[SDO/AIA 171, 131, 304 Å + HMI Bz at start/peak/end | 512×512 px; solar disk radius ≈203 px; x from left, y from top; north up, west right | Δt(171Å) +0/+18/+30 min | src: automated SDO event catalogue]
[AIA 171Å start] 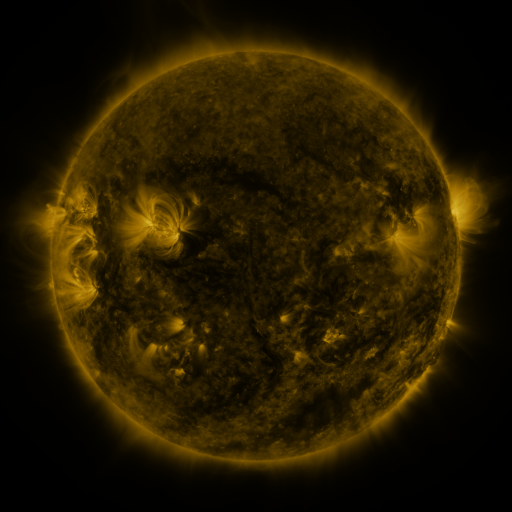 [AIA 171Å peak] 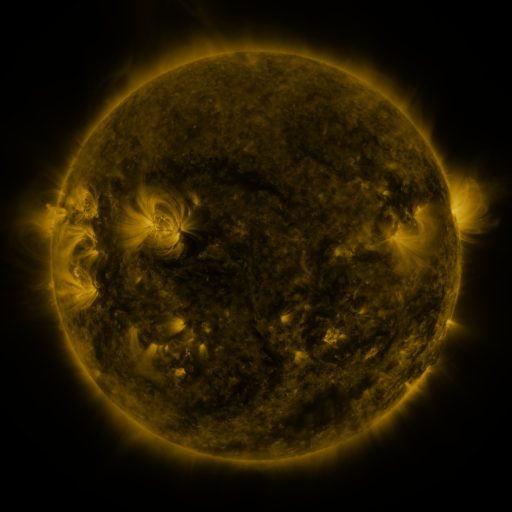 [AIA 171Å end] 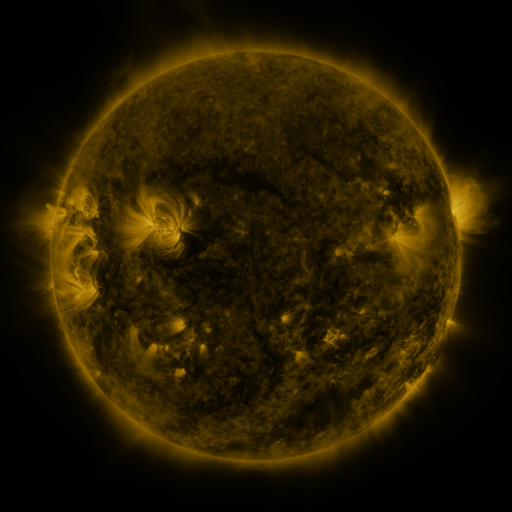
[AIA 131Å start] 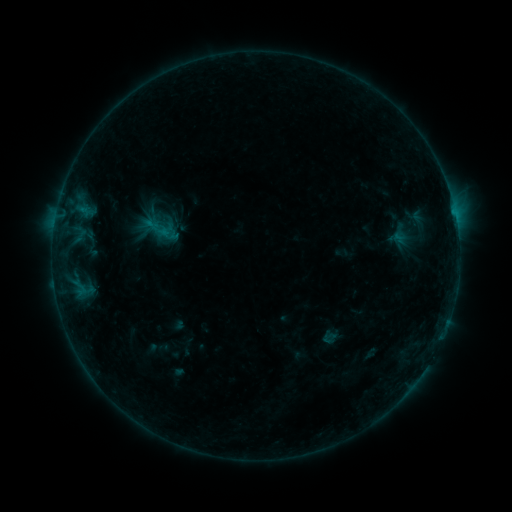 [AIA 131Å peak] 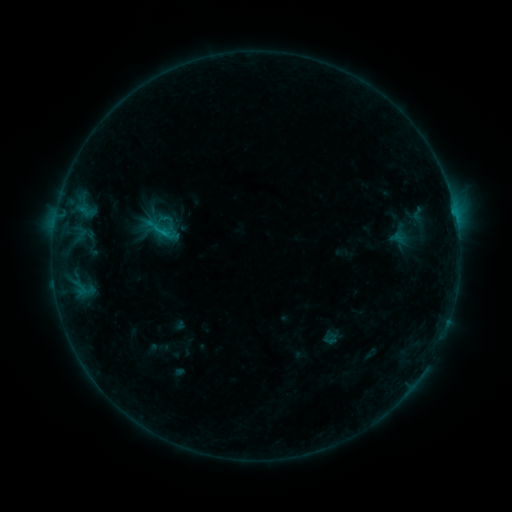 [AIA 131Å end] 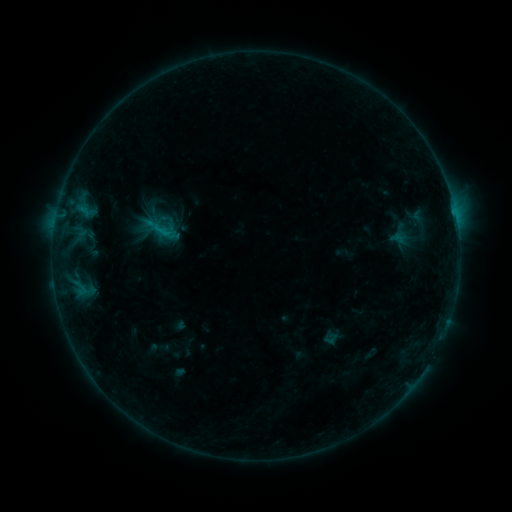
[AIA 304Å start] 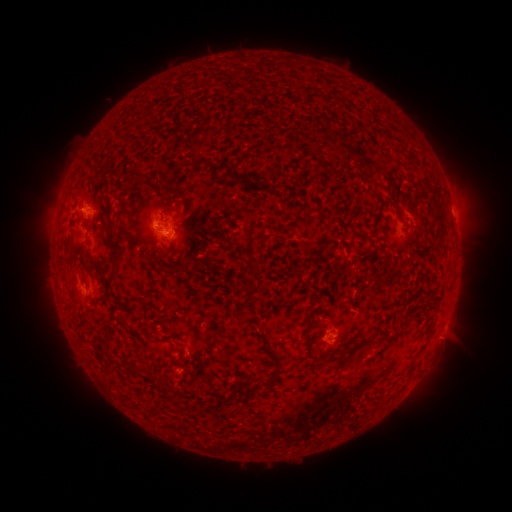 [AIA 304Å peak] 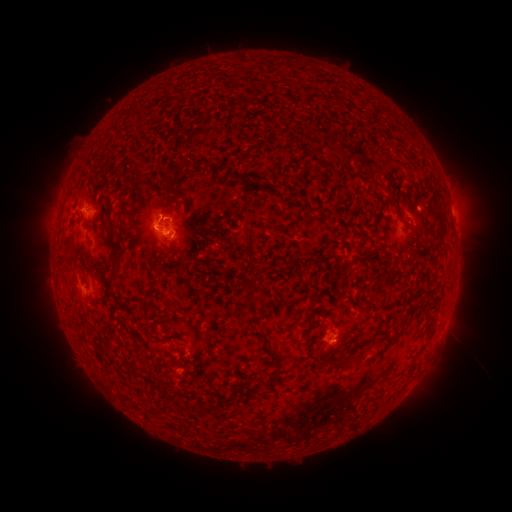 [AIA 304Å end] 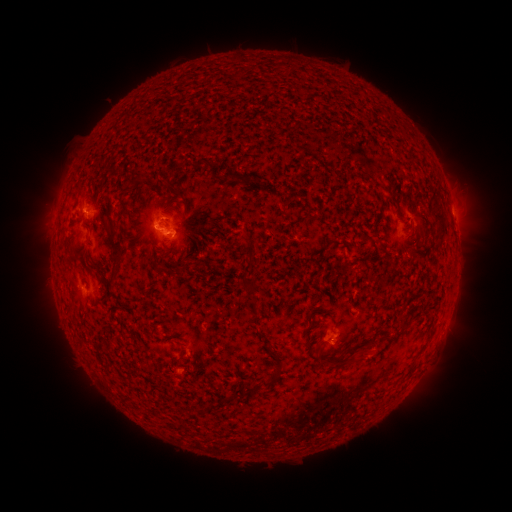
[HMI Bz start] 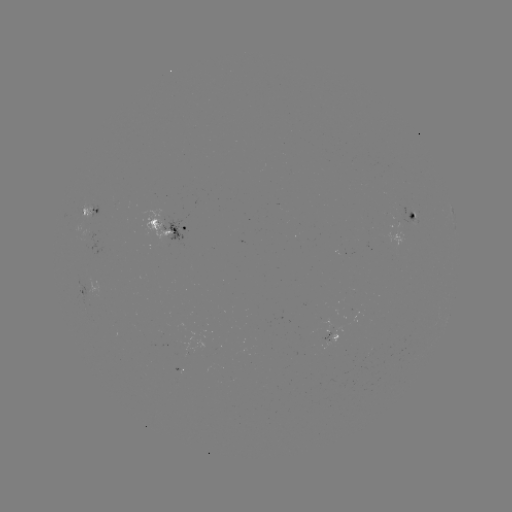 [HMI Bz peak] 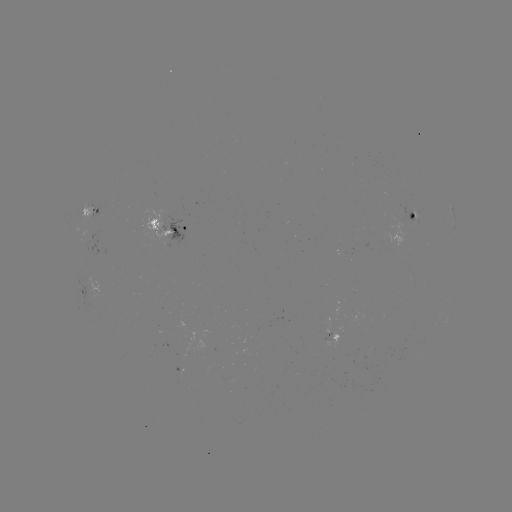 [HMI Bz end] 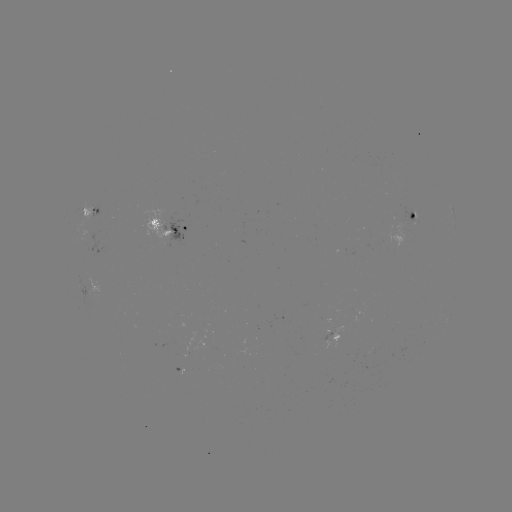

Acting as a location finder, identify B6.0 flare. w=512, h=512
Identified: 165,234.